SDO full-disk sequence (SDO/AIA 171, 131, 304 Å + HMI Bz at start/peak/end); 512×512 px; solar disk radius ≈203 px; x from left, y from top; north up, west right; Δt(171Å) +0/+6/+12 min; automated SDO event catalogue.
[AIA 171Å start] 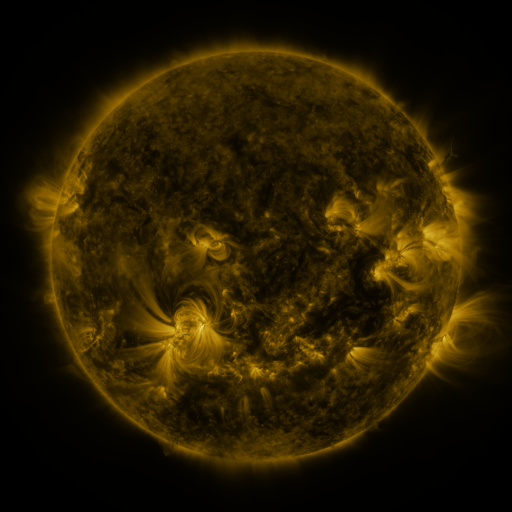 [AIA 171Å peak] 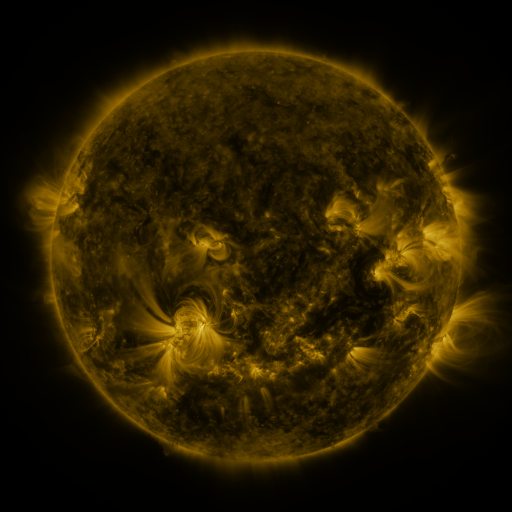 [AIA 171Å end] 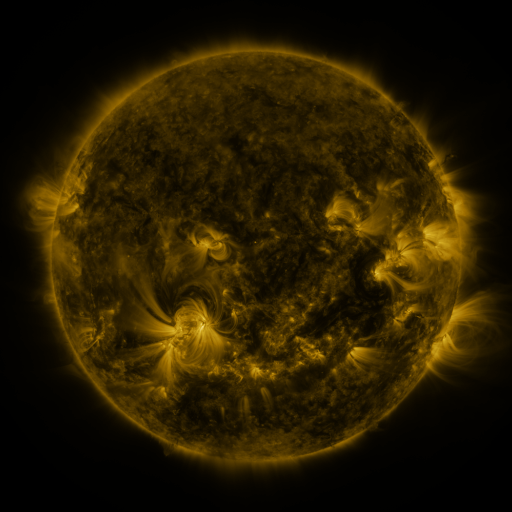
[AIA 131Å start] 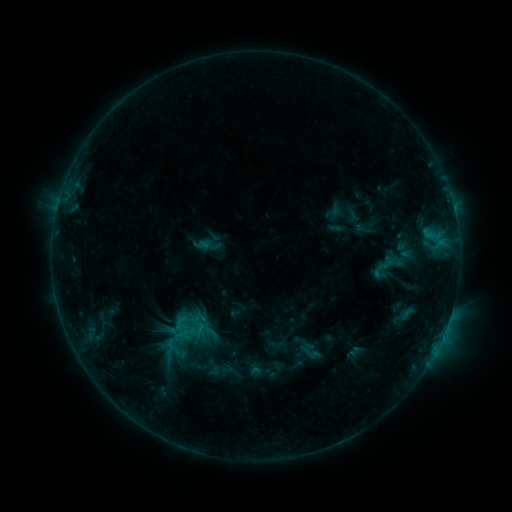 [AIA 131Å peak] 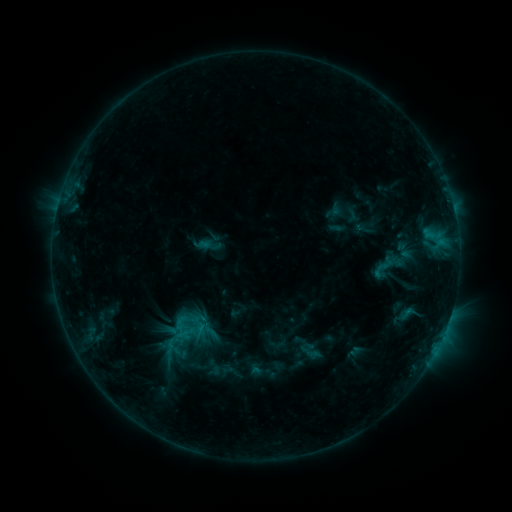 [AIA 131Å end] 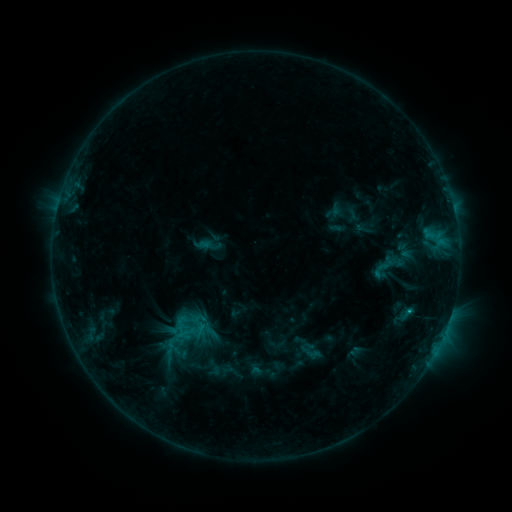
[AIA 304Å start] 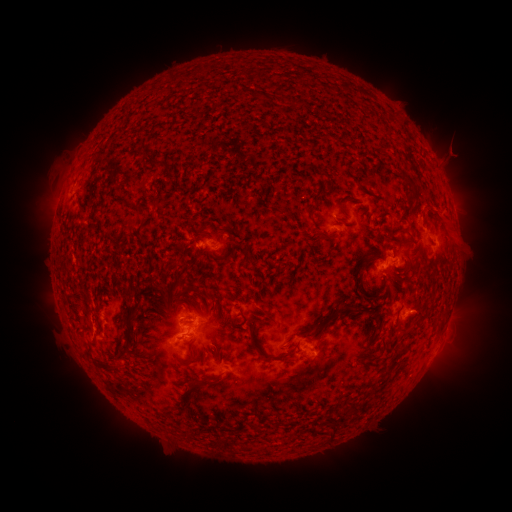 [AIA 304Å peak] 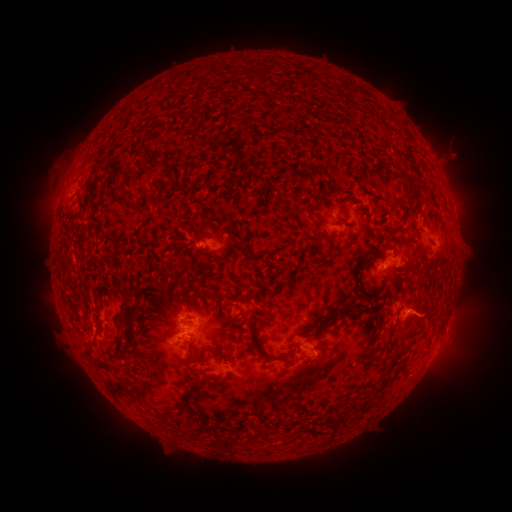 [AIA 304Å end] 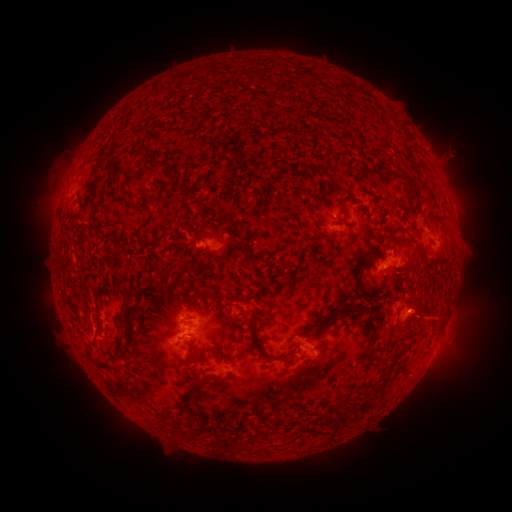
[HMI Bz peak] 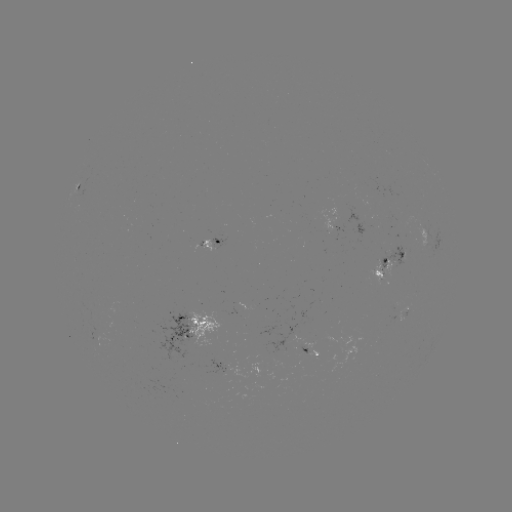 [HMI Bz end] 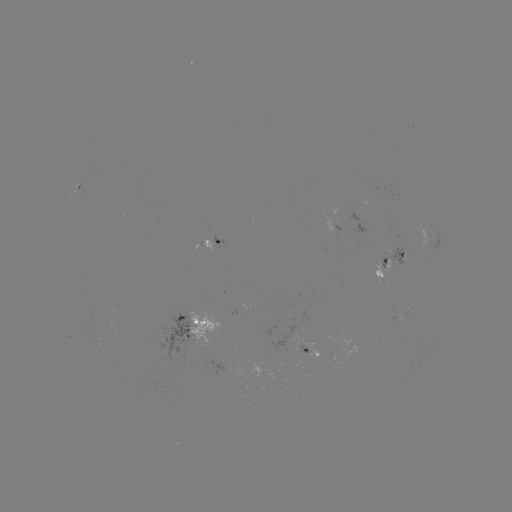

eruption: (400, 288, 452, 343)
